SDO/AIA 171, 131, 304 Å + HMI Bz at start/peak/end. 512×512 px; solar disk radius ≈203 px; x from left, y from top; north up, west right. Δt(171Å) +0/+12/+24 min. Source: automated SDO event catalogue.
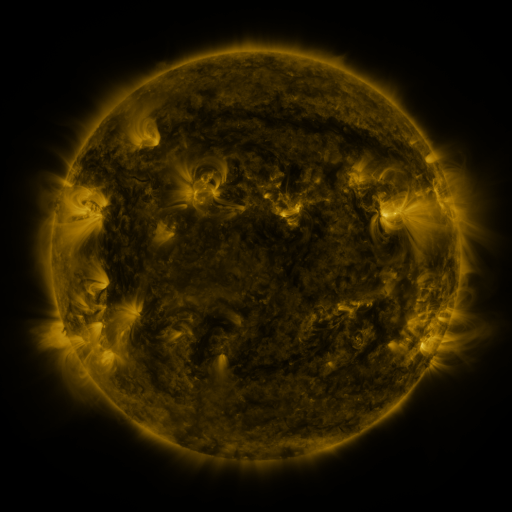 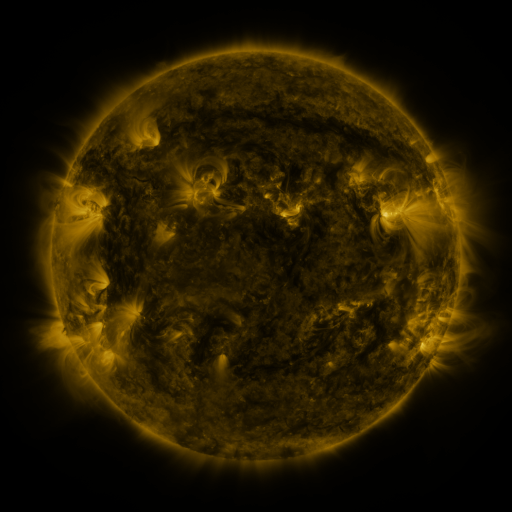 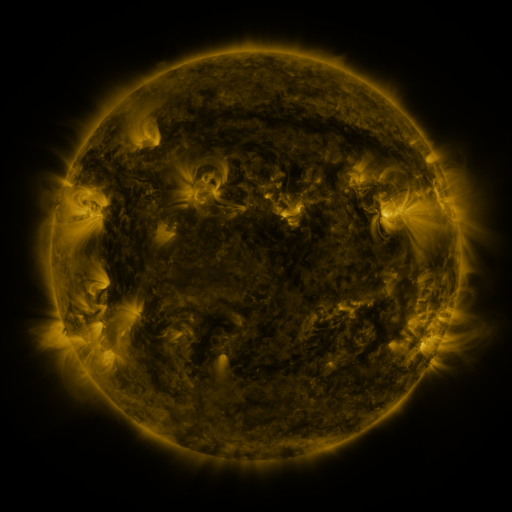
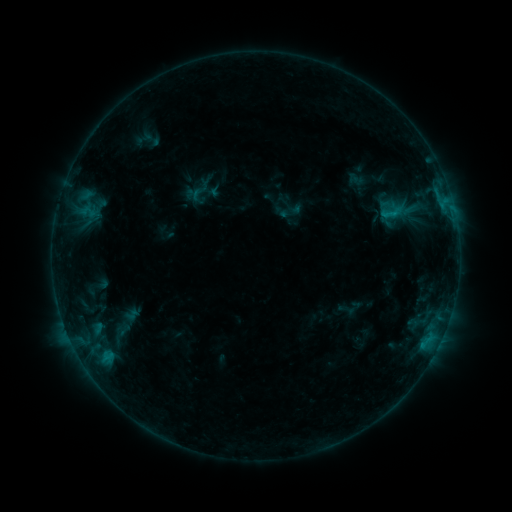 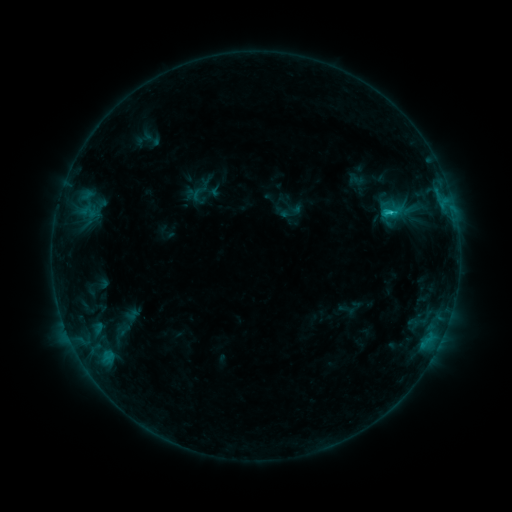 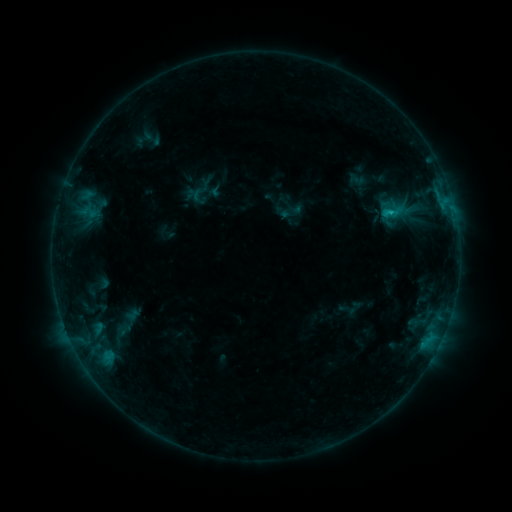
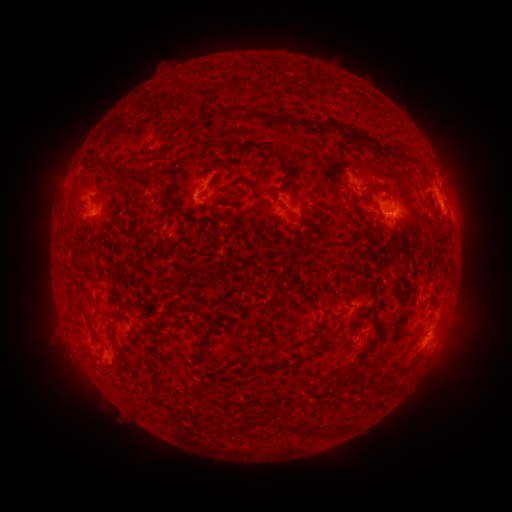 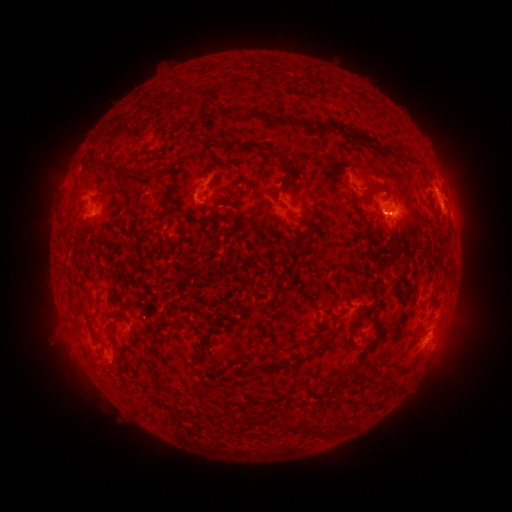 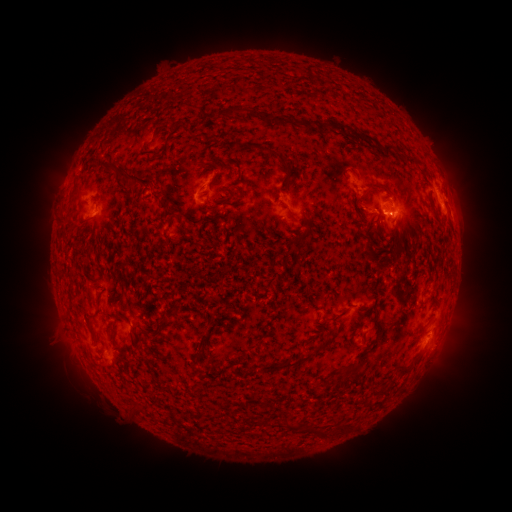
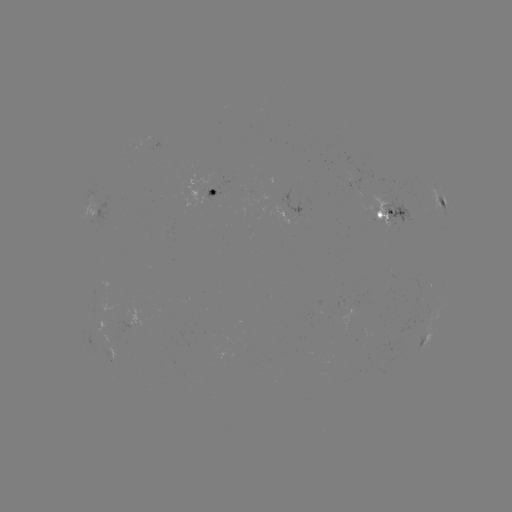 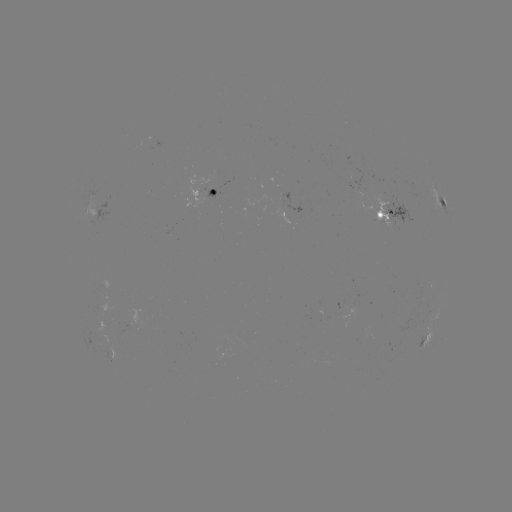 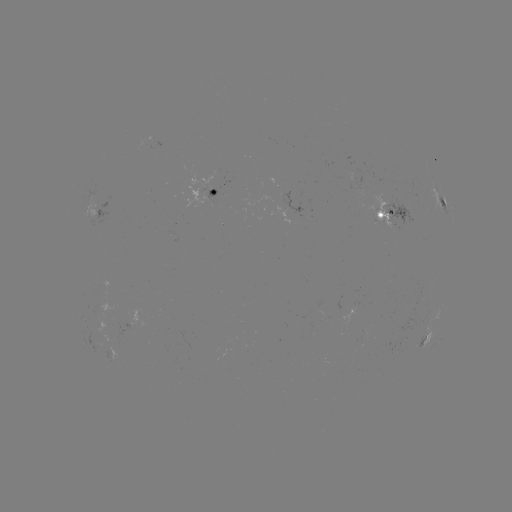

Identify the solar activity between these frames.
C1.2 flare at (389, 212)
